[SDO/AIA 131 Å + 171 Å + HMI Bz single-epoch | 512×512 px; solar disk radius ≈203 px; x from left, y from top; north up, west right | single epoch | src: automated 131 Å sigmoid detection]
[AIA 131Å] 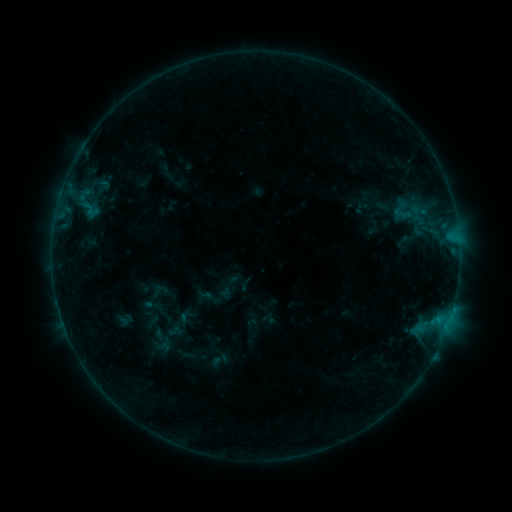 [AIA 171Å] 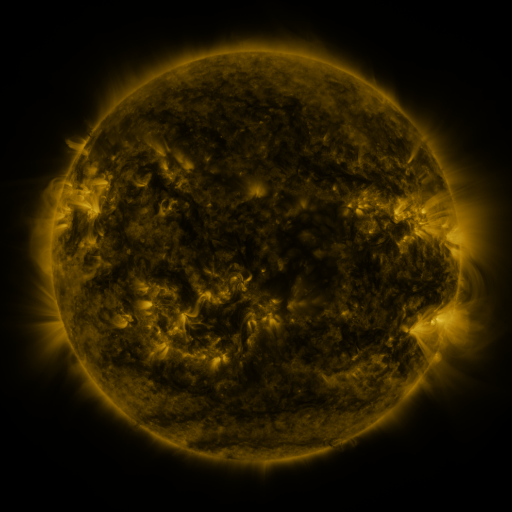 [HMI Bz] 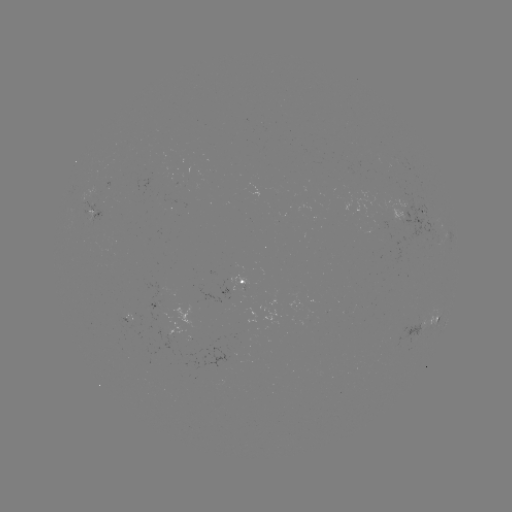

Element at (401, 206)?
sigmoid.